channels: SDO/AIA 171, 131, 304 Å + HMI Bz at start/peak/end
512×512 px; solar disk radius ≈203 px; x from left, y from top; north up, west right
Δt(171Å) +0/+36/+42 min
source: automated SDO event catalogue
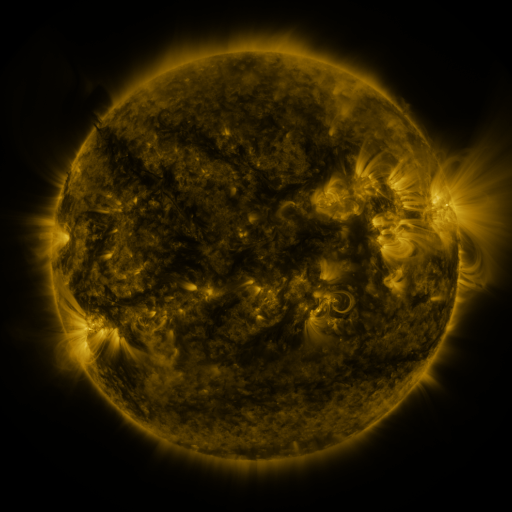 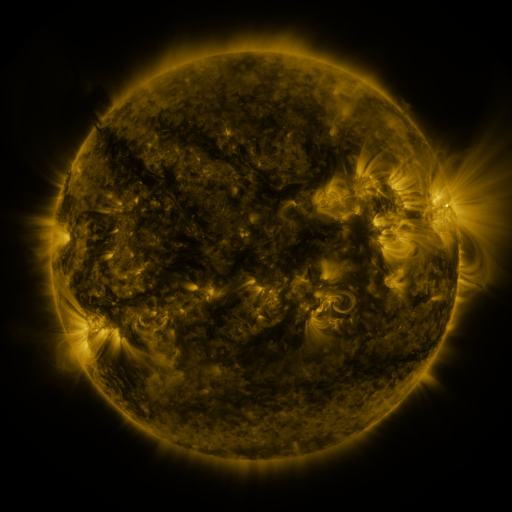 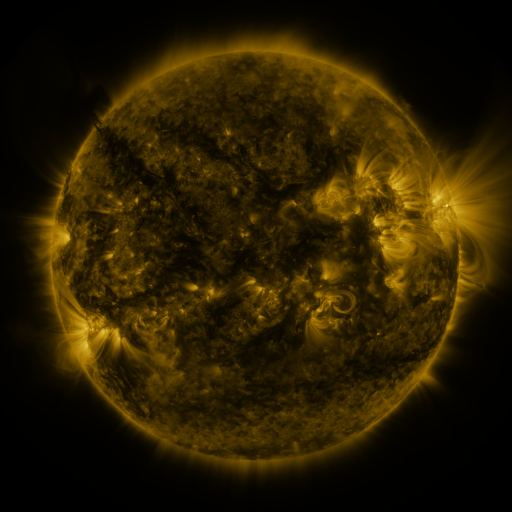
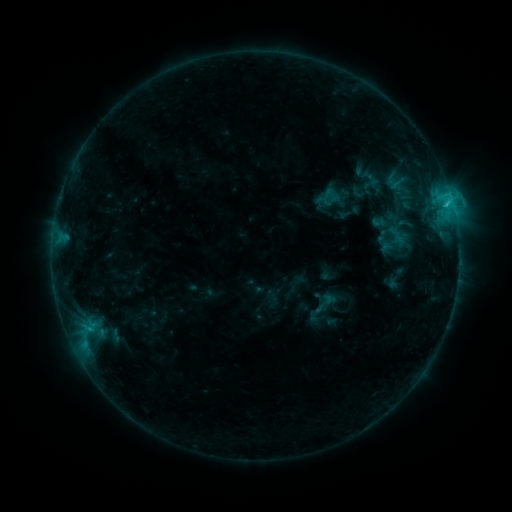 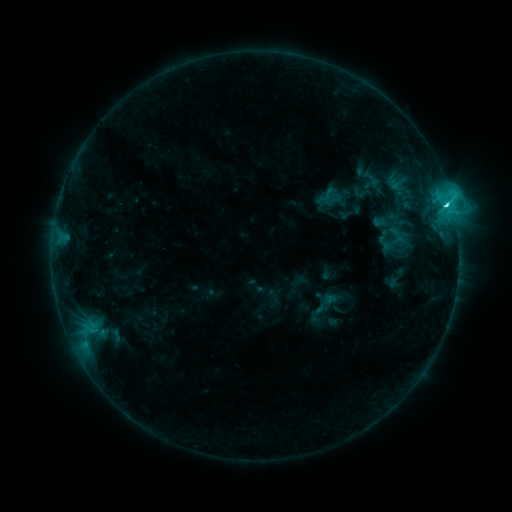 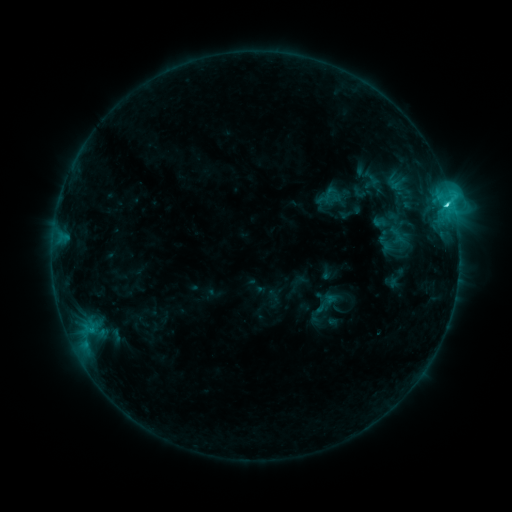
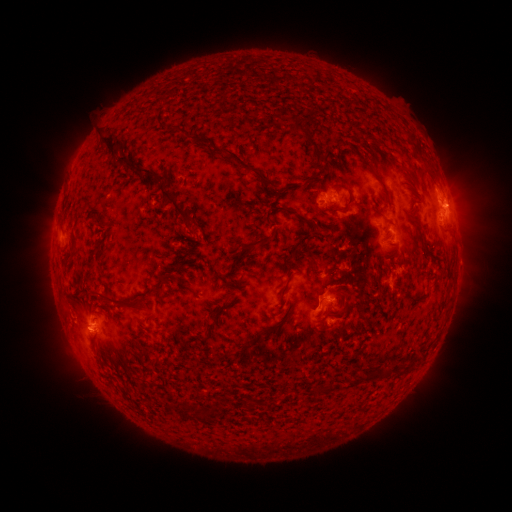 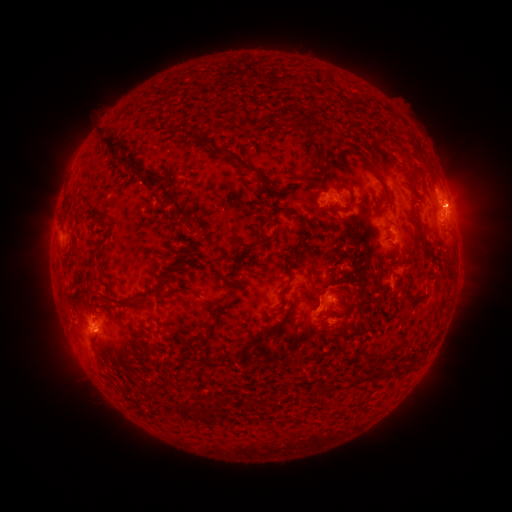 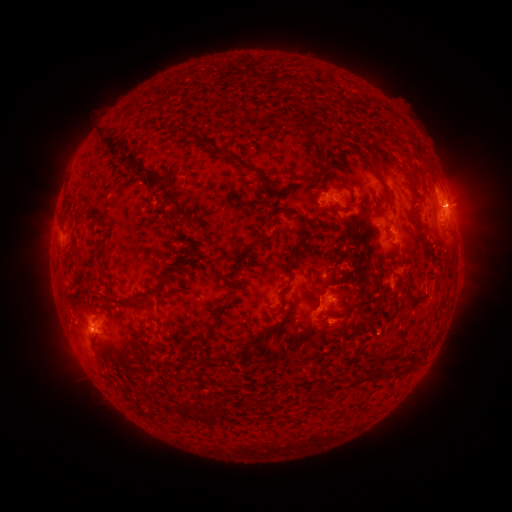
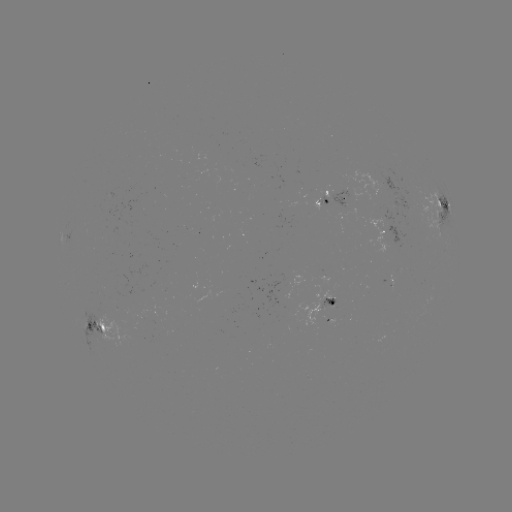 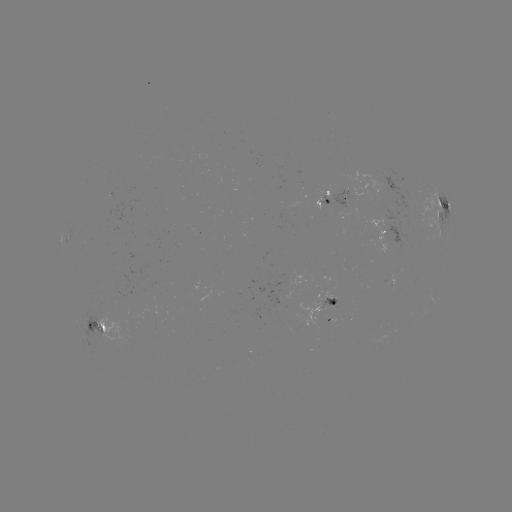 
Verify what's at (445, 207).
C3.8 flare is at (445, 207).